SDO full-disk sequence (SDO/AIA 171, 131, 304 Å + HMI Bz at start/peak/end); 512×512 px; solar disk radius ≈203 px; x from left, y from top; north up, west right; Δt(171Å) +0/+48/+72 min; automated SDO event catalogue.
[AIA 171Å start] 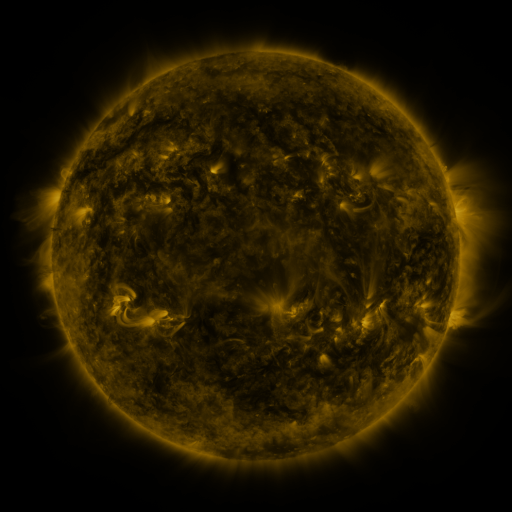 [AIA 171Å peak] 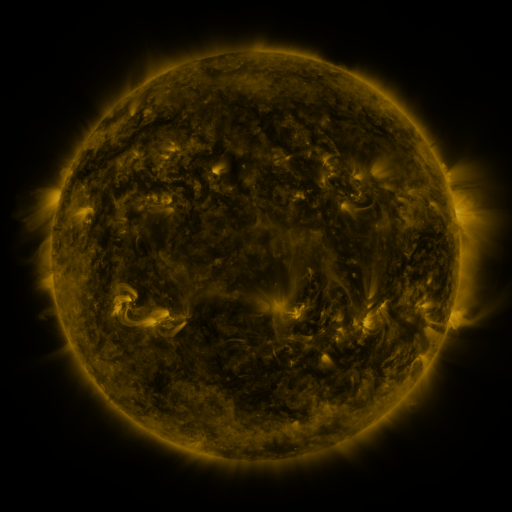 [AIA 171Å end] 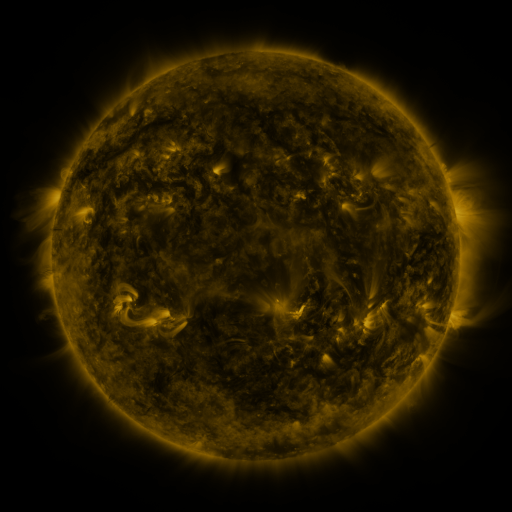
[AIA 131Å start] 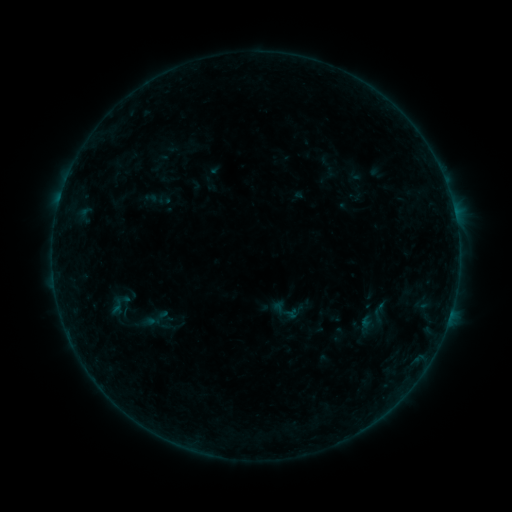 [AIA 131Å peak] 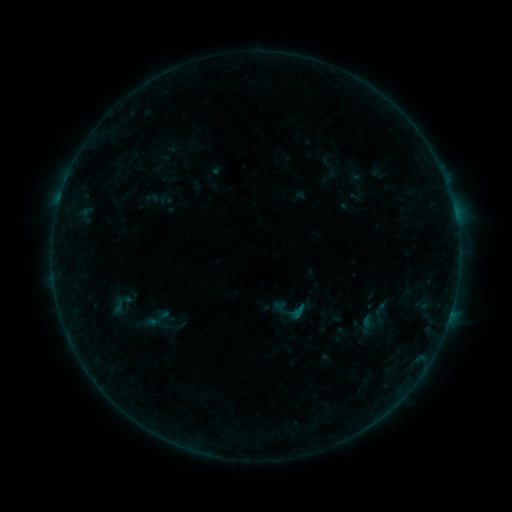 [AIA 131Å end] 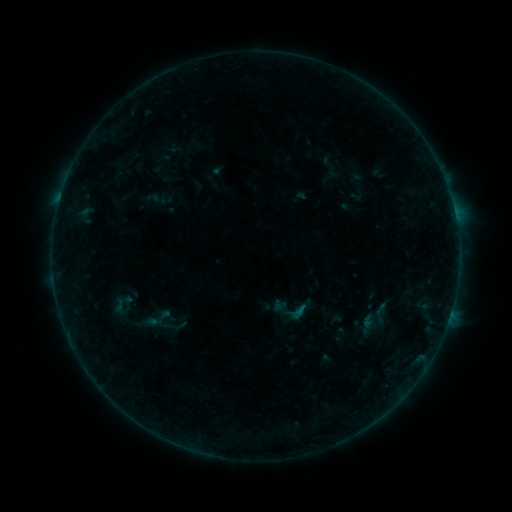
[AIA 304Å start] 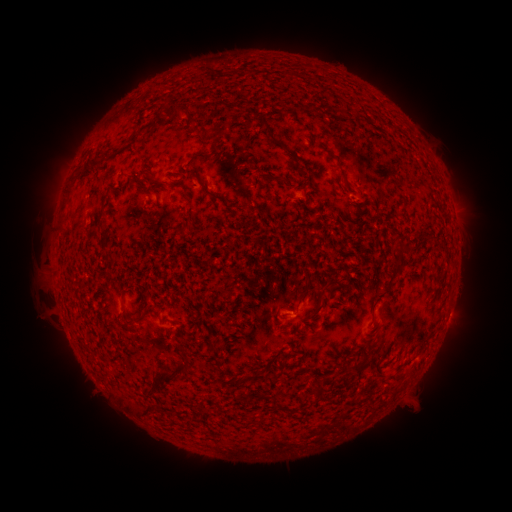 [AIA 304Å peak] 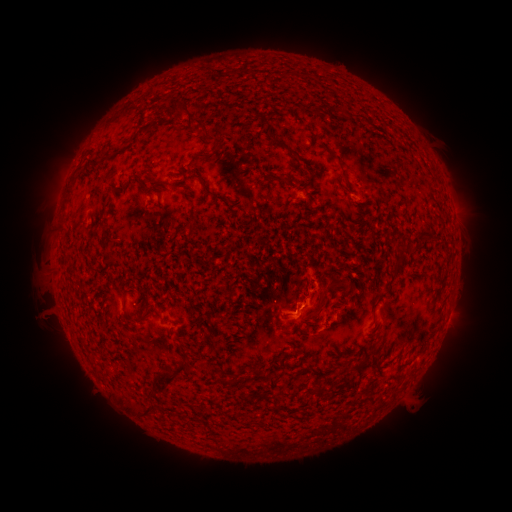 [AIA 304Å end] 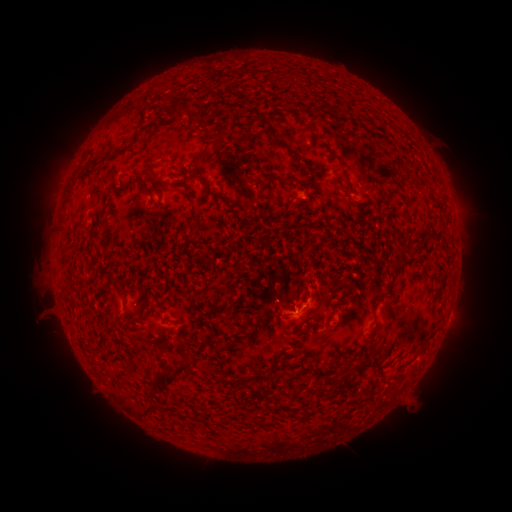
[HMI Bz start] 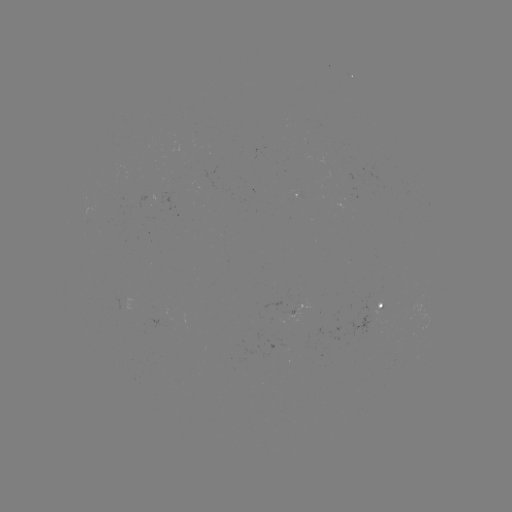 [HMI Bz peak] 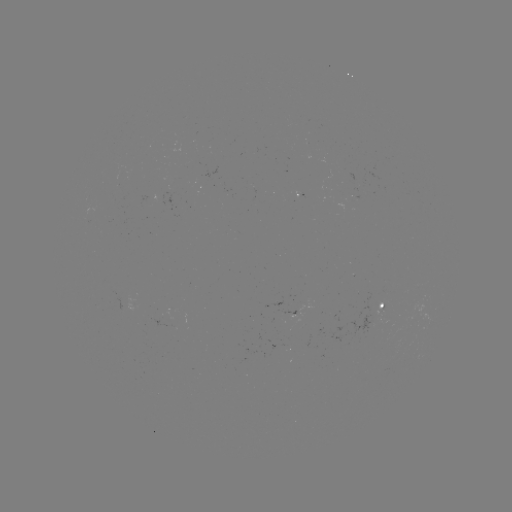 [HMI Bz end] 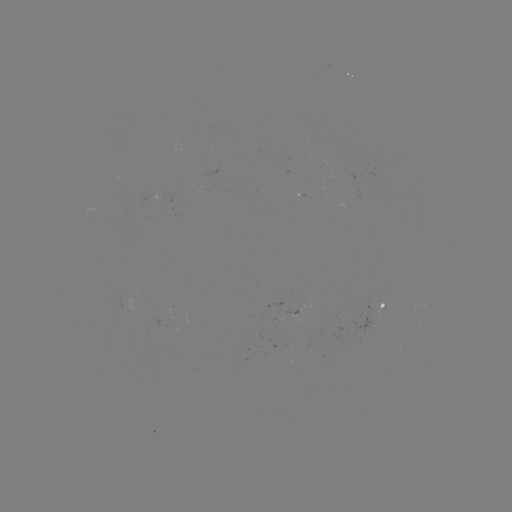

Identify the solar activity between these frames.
B1.9 flare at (296, 310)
